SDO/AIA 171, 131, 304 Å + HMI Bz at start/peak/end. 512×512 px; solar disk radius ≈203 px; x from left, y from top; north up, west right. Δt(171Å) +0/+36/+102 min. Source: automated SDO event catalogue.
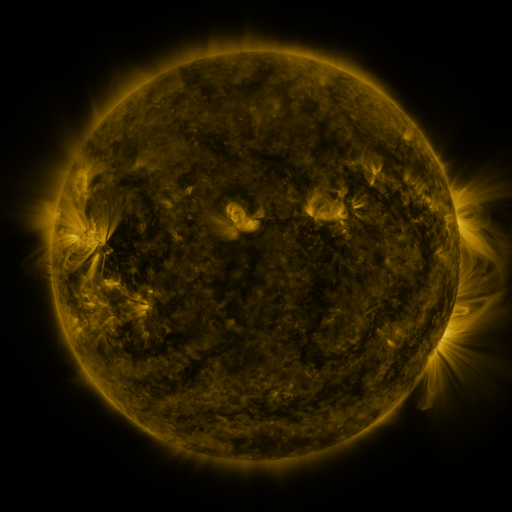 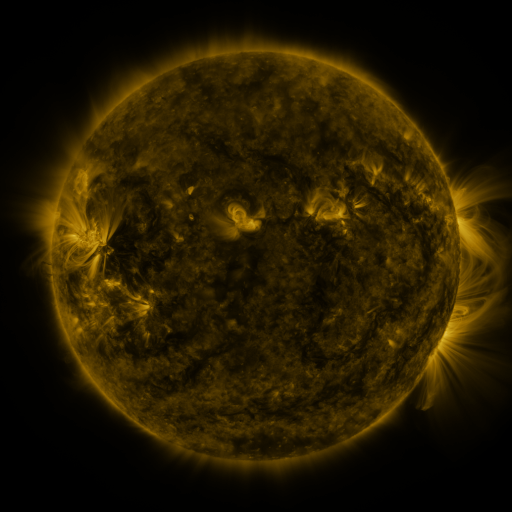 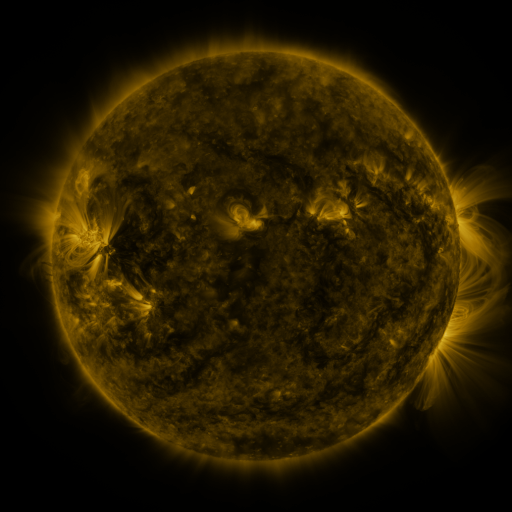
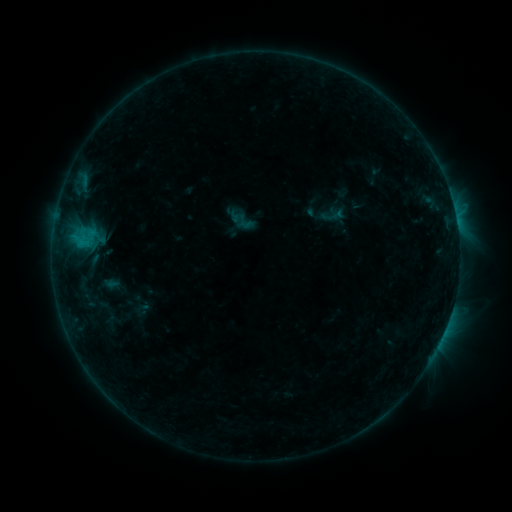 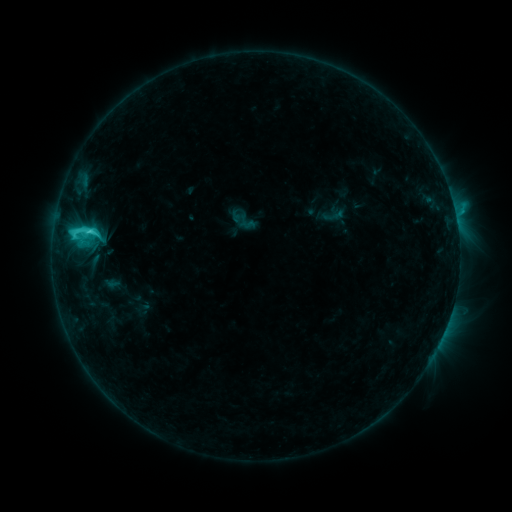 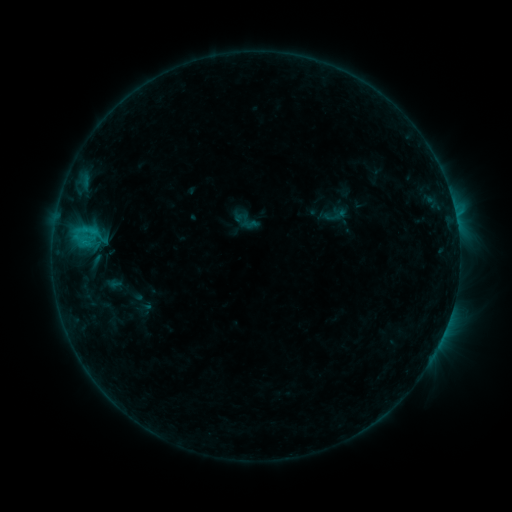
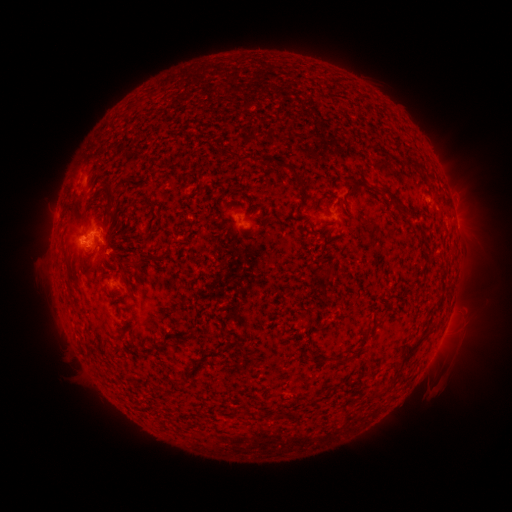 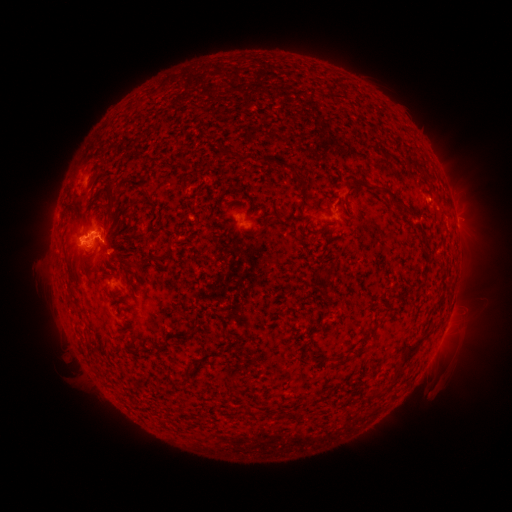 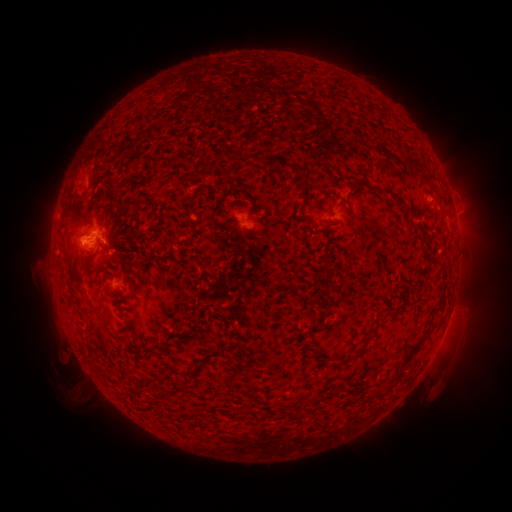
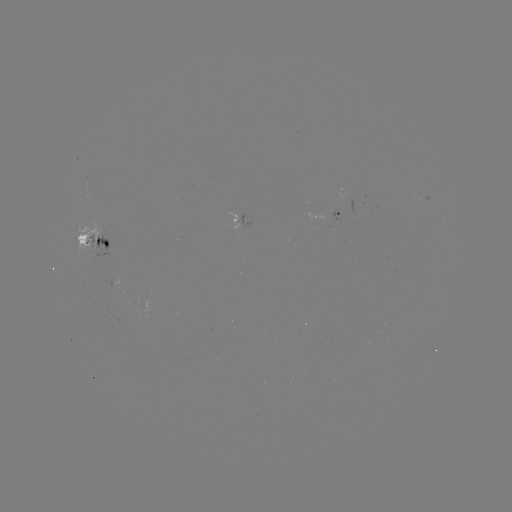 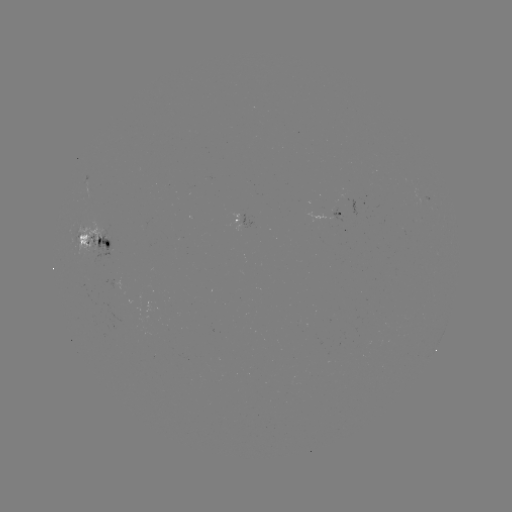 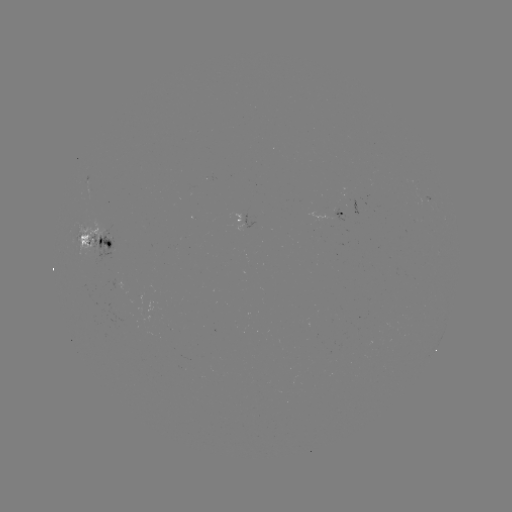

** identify C3.8 flare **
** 91,233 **